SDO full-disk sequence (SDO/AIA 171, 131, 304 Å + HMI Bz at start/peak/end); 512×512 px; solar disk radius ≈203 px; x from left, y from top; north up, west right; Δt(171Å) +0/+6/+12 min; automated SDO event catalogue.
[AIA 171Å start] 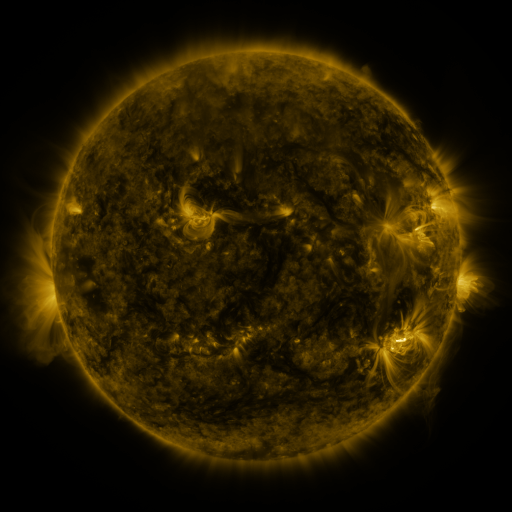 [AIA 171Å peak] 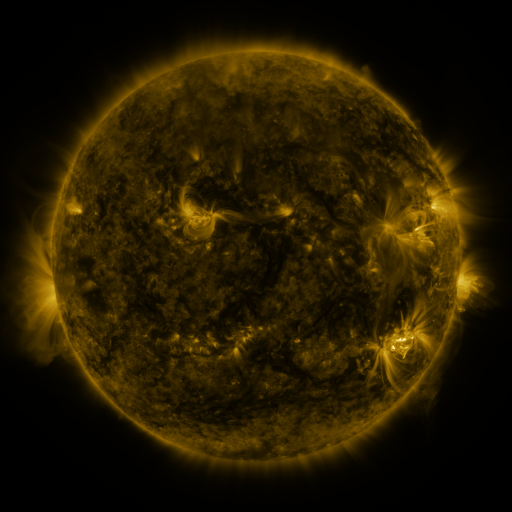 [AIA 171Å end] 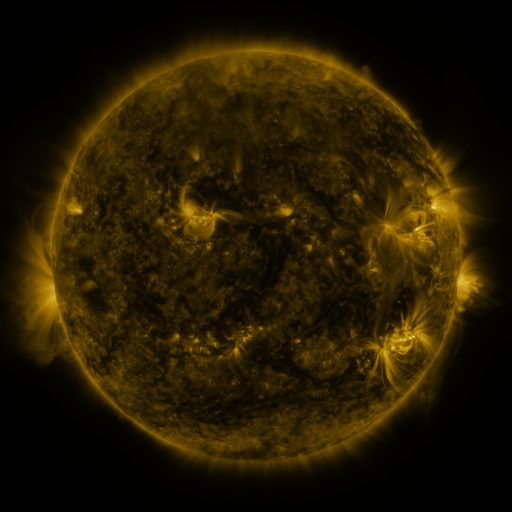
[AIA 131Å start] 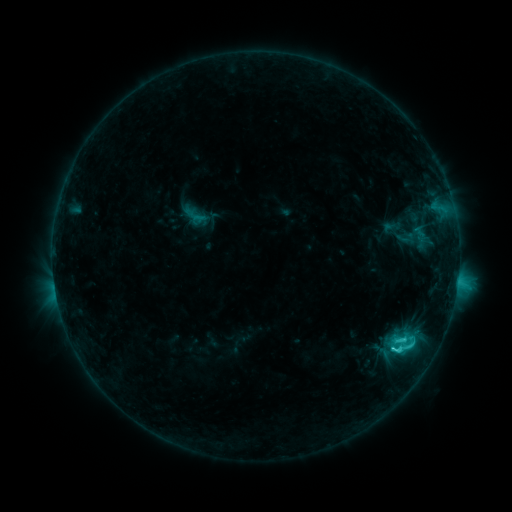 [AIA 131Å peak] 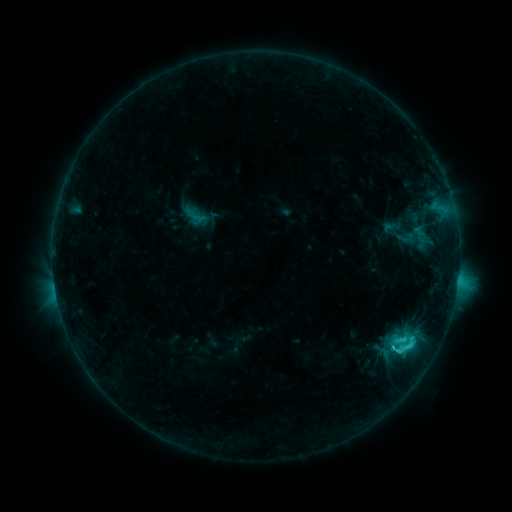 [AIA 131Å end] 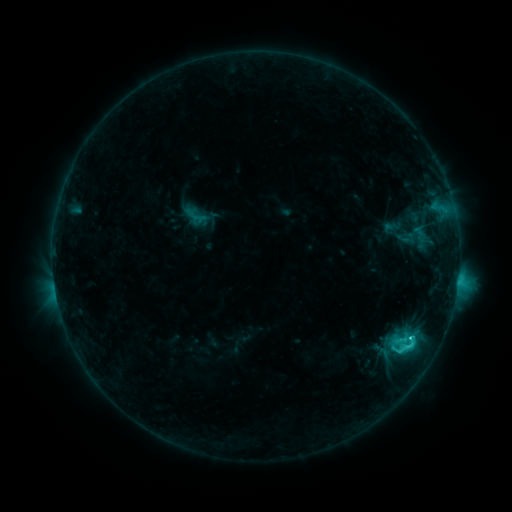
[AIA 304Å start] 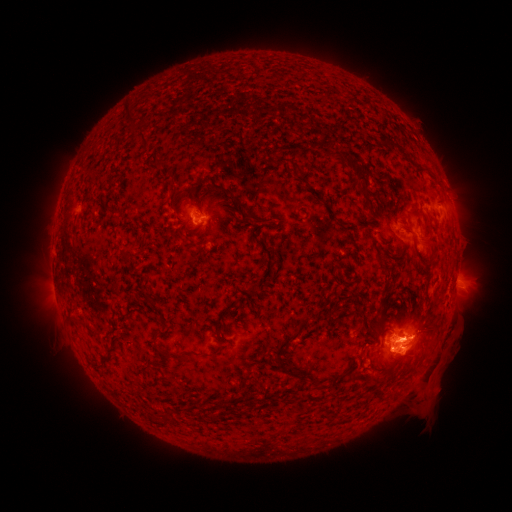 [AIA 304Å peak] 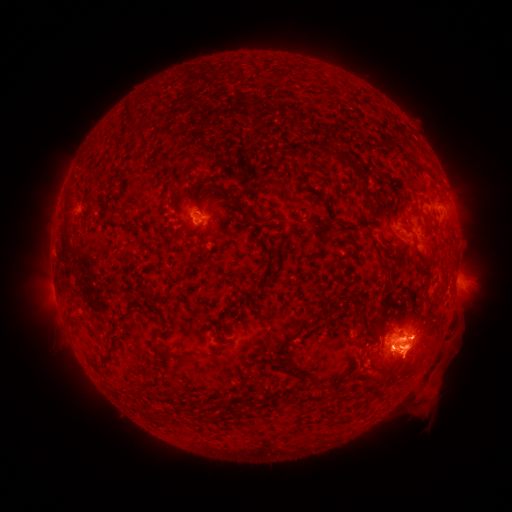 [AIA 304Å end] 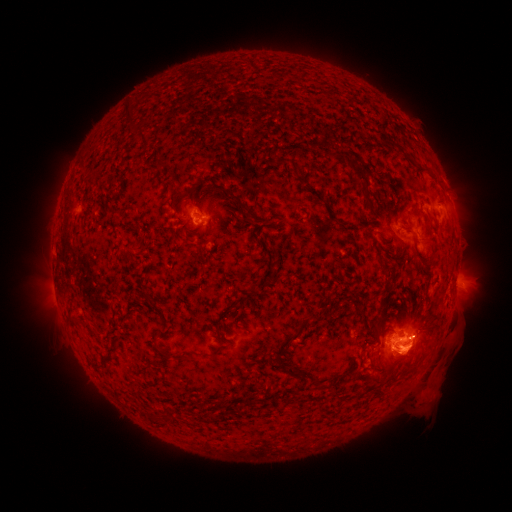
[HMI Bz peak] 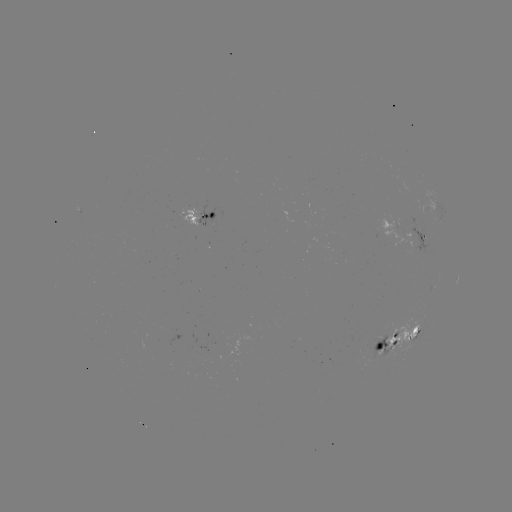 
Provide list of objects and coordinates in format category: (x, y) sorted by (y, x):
C4.4 flare: (409, 335)
